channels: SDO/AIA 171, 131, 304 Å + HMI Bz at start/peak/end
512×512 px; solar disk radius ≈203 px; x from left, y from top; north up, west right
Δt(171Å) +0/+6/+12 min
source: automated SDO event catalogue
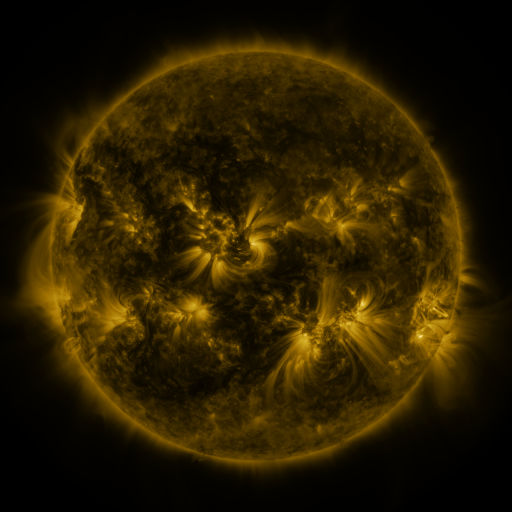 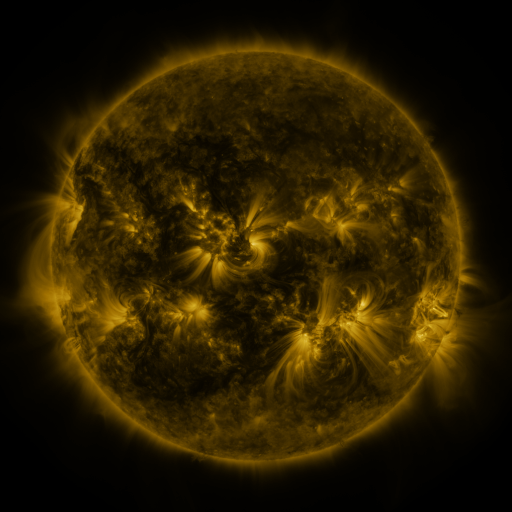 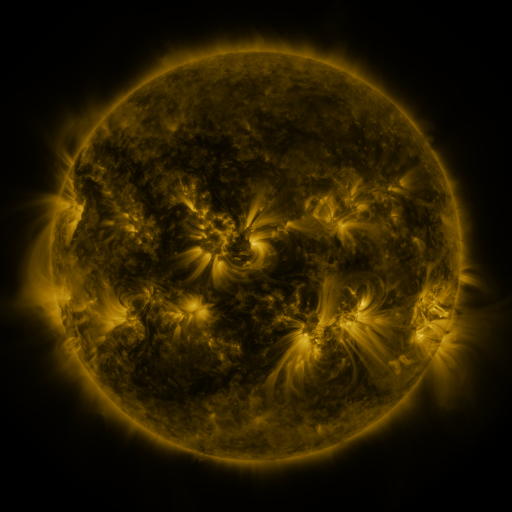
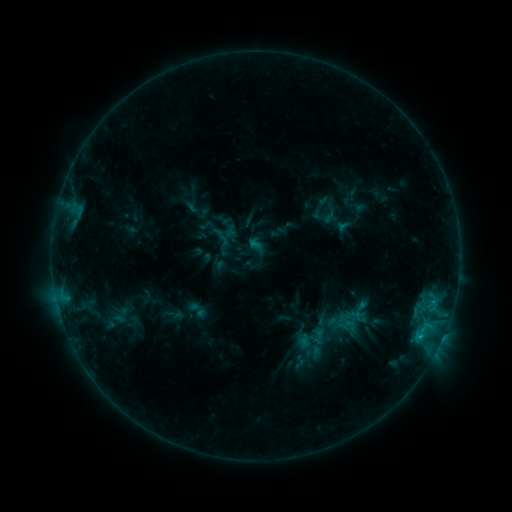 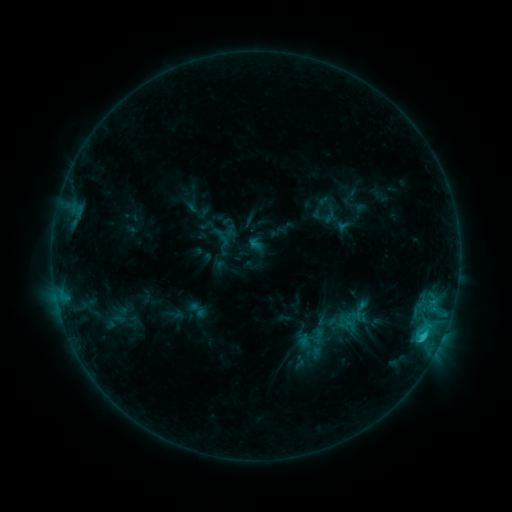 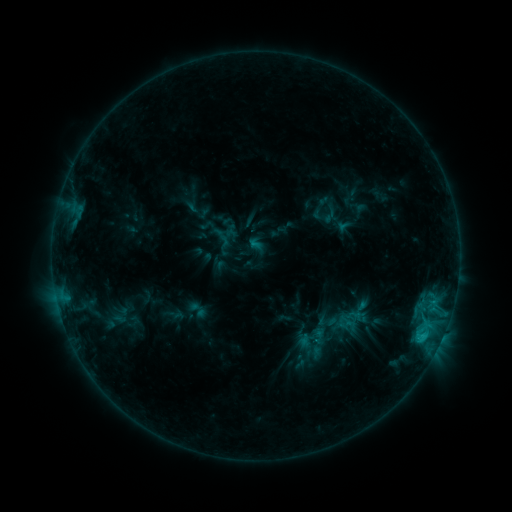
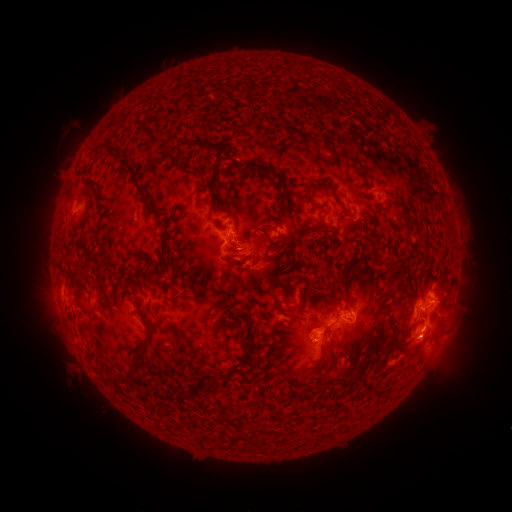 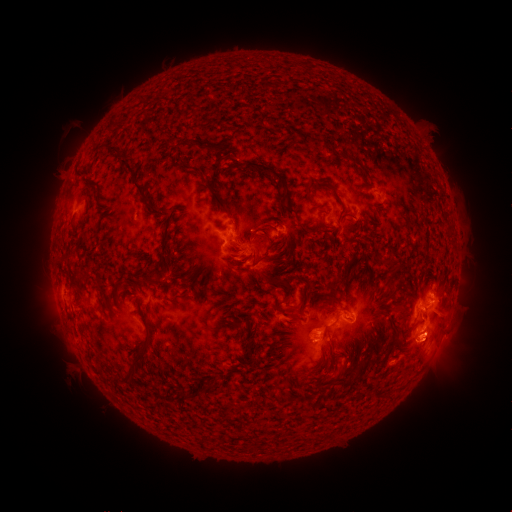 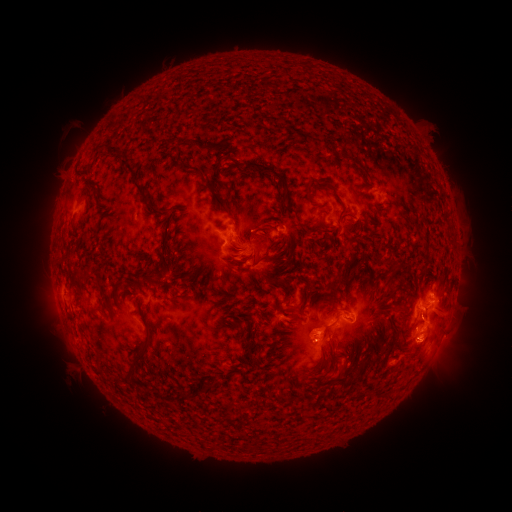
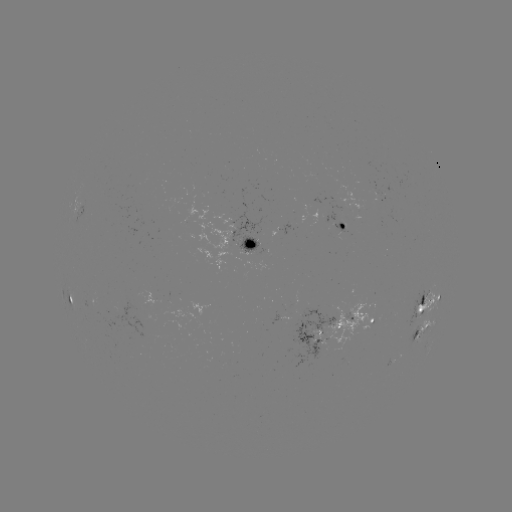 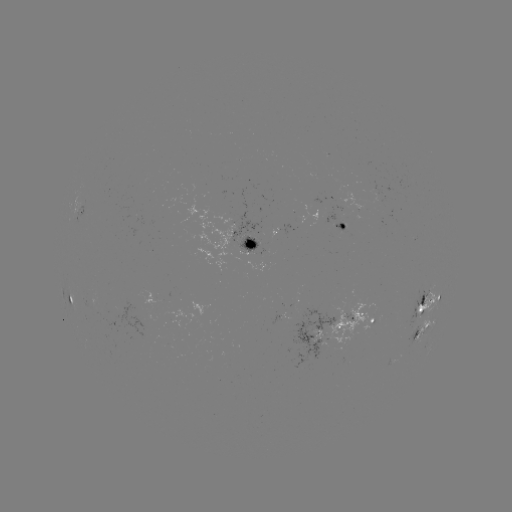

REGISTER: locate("eruption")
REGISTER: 426,352